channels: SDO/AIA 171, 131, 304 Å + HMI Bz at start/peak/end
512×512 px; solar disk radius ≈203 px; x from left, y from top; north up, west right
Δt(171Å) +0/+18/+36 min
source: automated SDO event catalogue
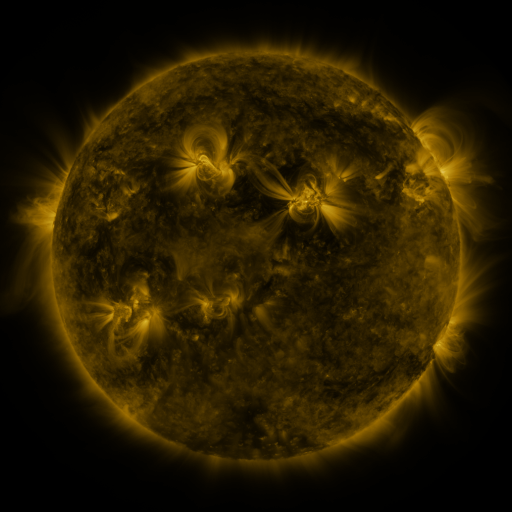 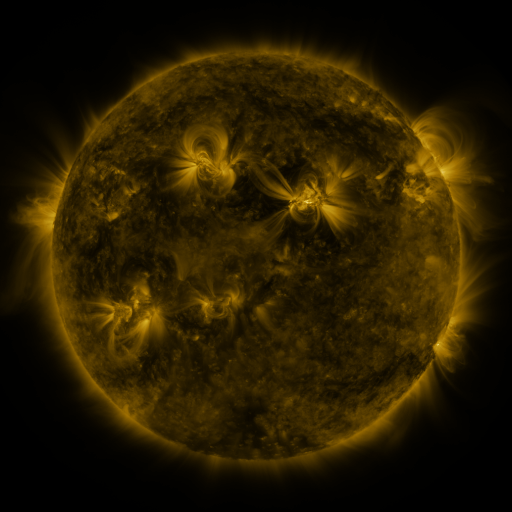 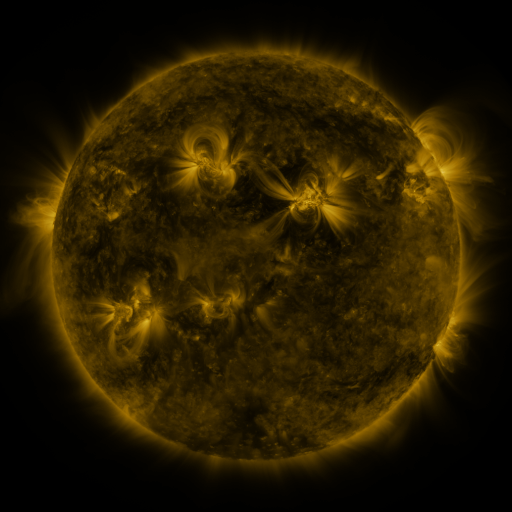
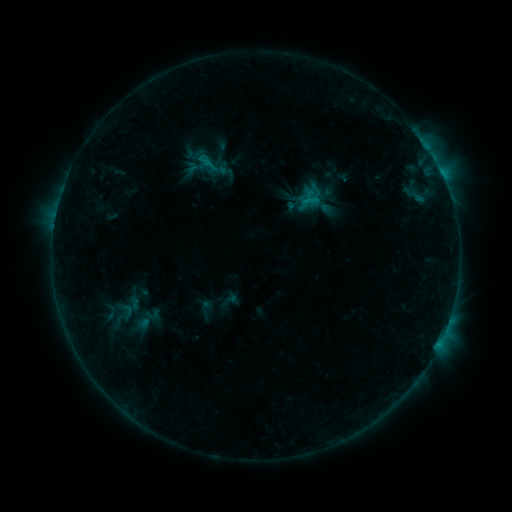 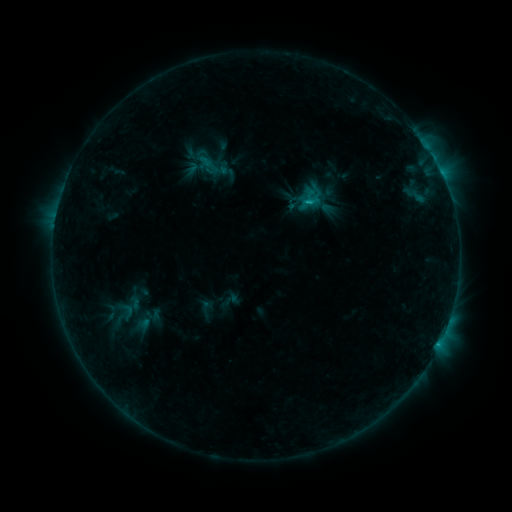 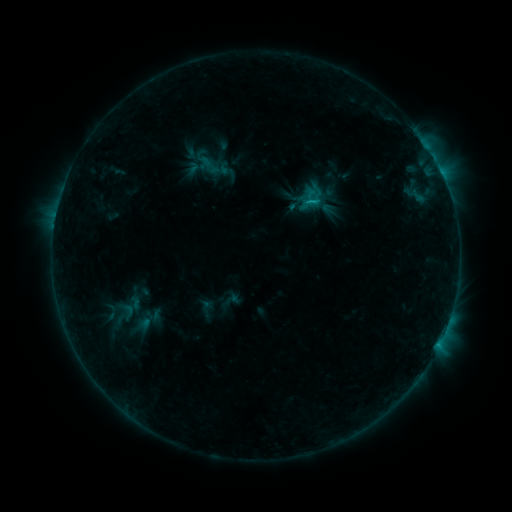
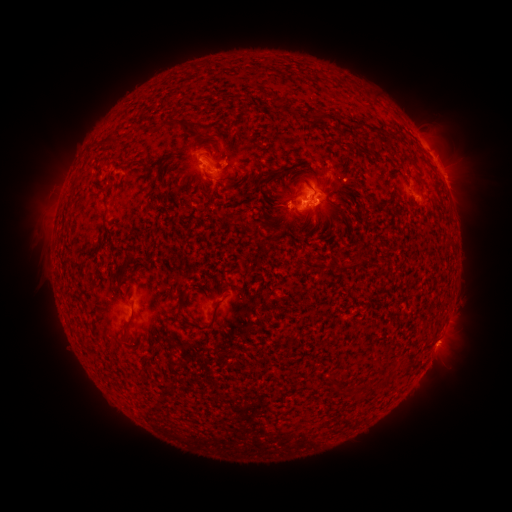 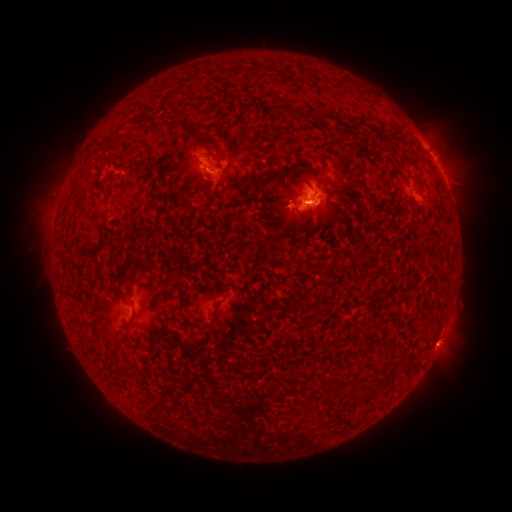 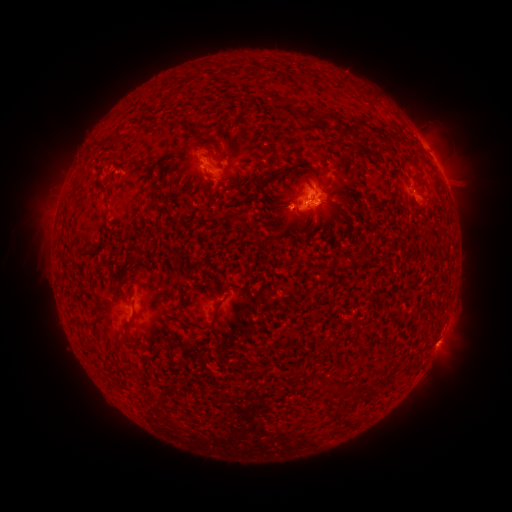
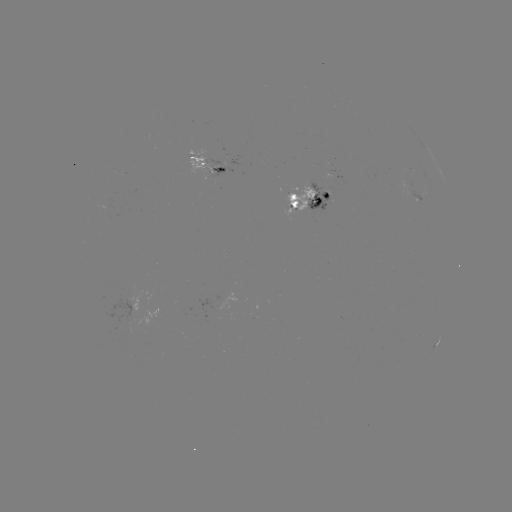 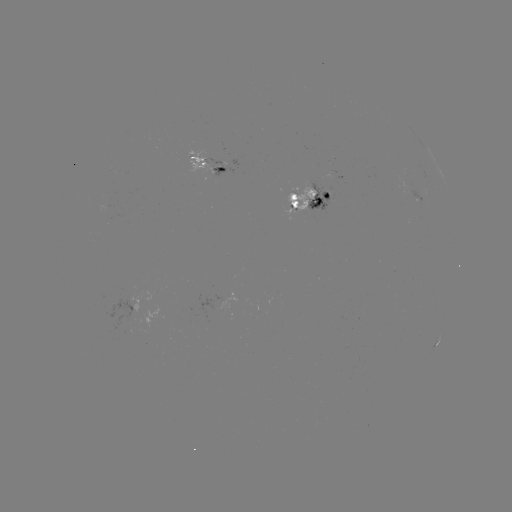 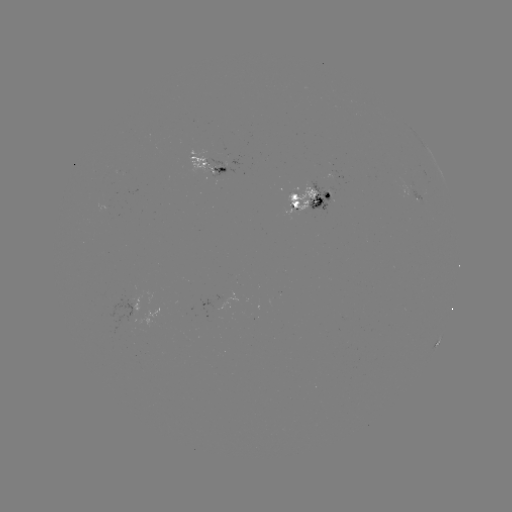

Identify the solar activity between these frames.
emerging-flux region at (312, 205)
